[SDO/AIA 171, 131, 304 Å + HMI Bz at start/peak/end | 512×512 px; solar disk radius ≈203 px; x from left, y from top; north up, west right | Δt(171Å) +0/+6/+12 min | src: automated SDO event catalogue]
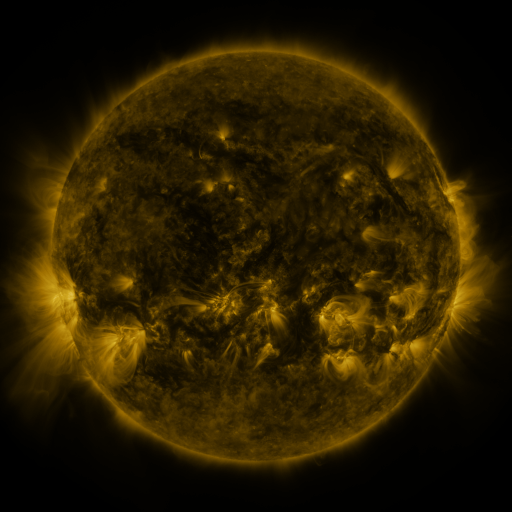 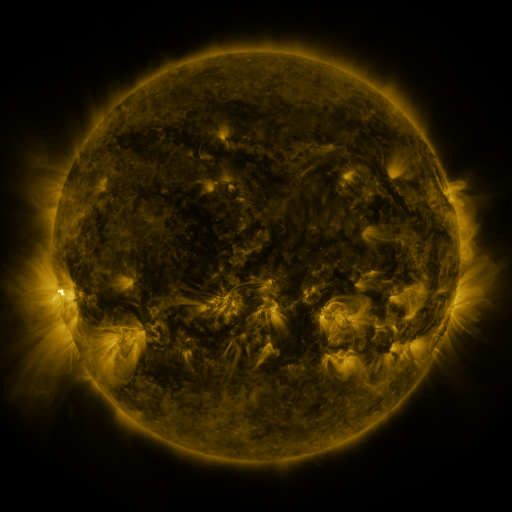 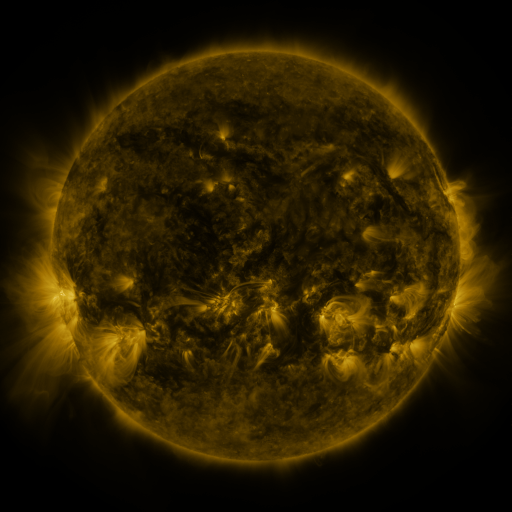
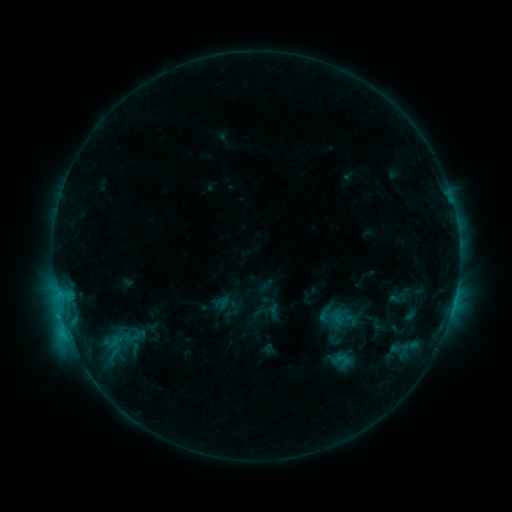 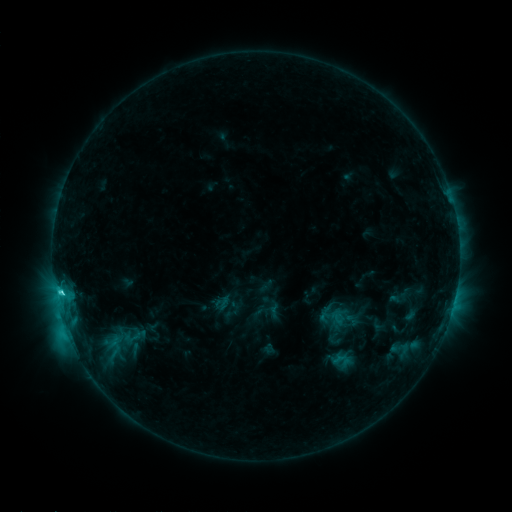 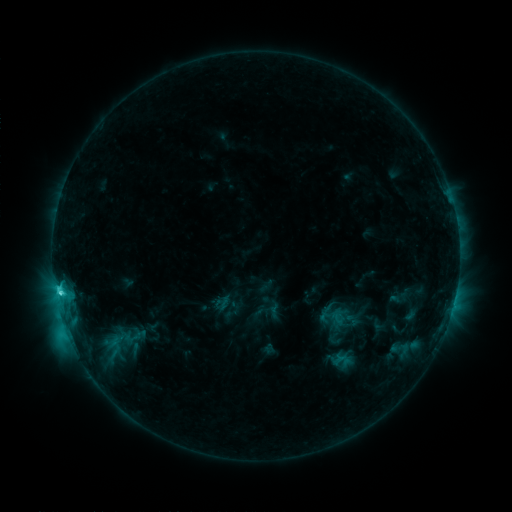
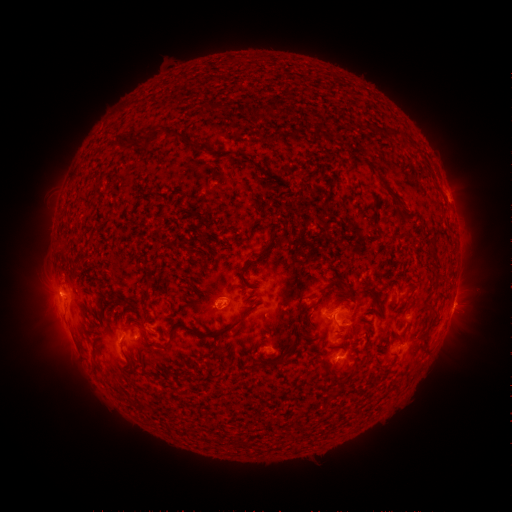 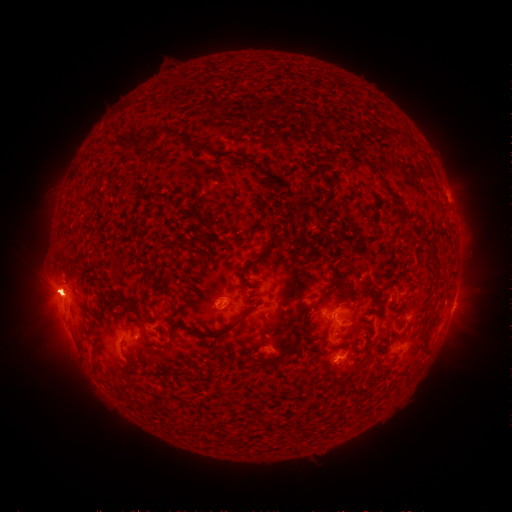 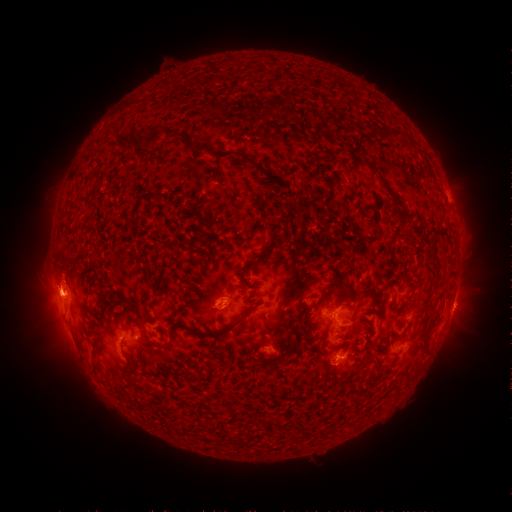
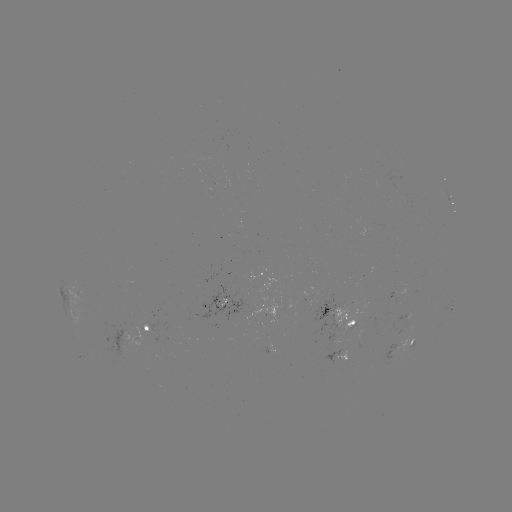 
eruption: <bbox>0, 249, 134, 344</bbox>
